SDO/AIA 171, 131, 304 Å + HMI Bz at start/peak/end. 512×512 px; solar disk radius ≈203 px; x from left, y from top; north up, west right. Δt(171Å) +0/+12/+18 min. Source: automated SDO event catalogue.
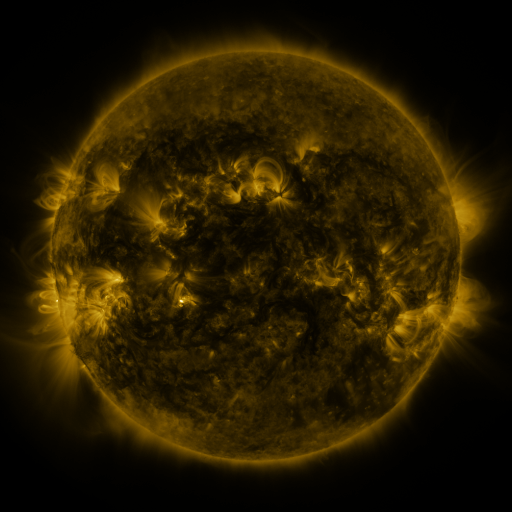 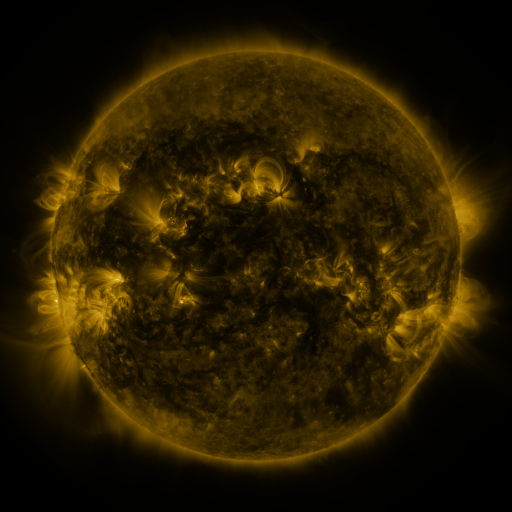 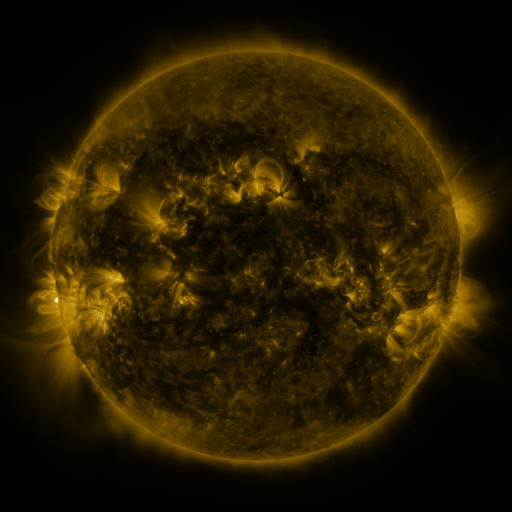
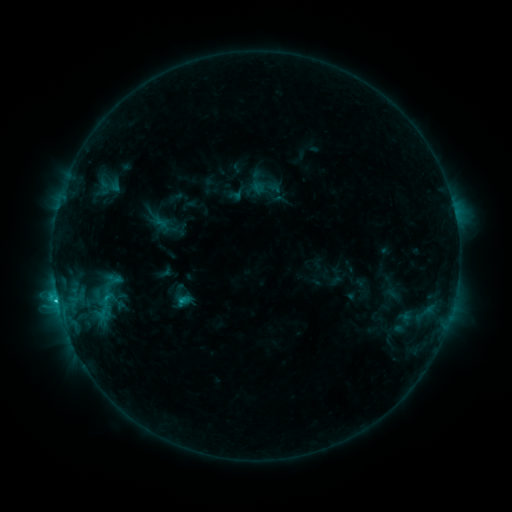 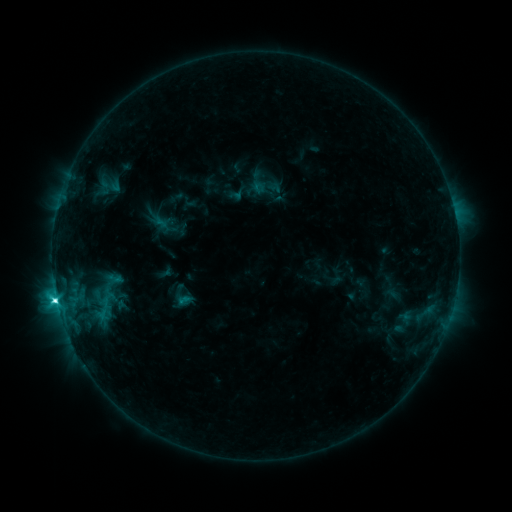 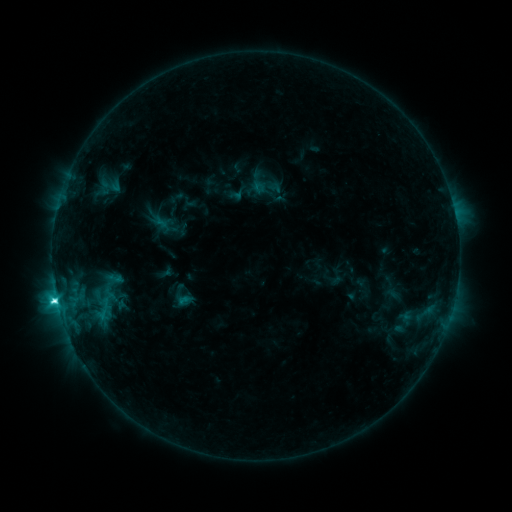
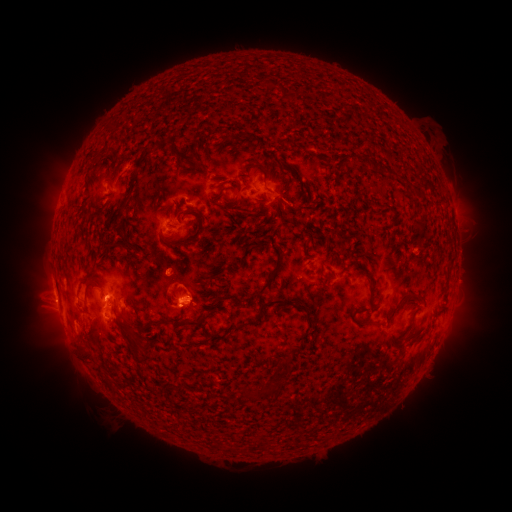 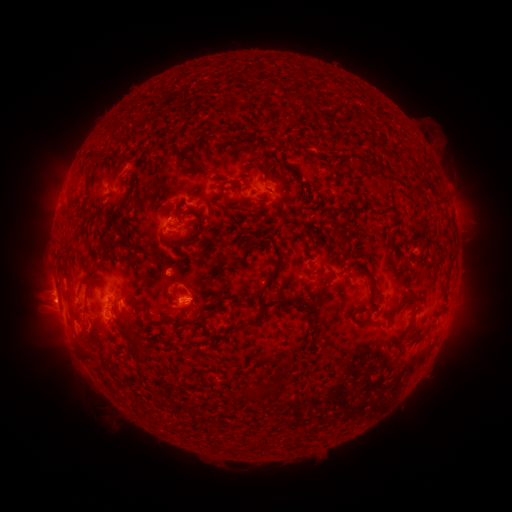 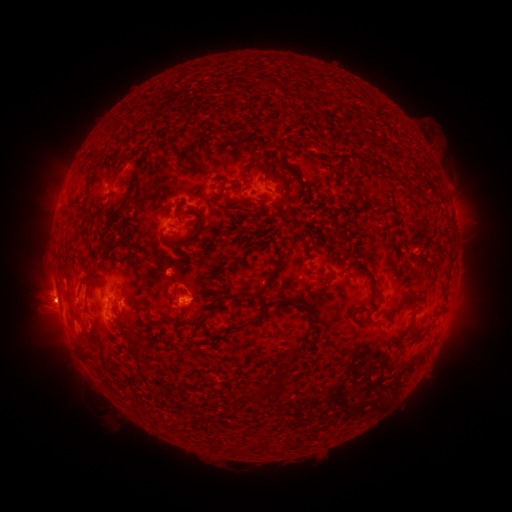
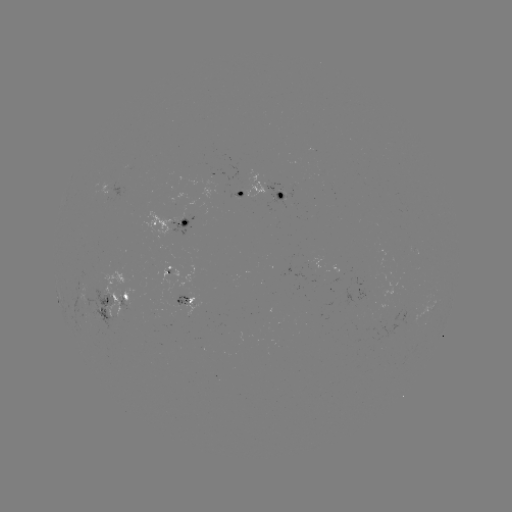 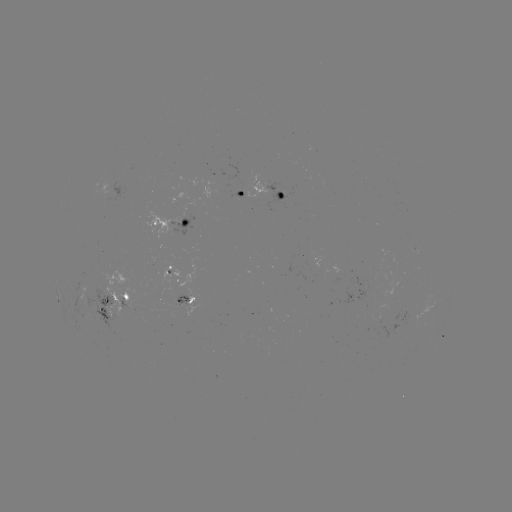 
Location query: C5.2 flare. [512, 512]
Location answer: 57,297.